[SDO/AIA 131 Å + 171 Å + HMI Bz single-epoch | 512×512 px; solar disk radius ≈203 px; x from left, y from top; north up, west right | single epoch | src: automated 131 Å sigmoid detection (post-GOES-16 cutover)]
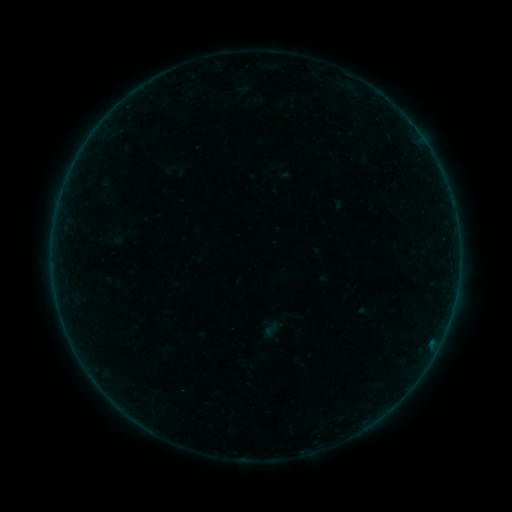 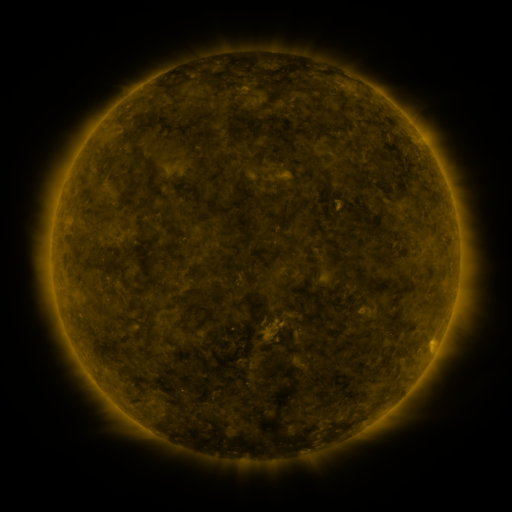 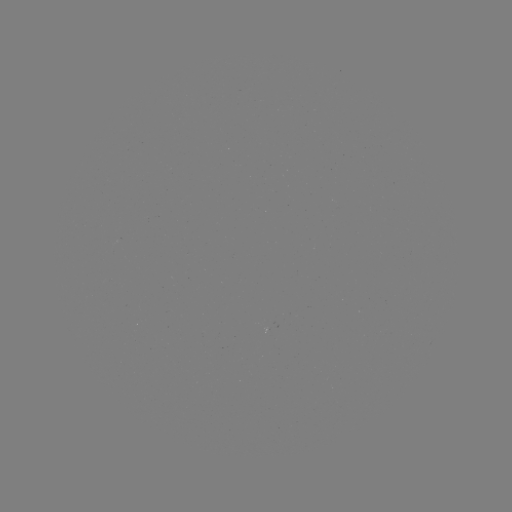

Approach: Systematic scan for sigmoid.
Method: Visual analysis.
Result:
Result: sigmoid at (271, 330).